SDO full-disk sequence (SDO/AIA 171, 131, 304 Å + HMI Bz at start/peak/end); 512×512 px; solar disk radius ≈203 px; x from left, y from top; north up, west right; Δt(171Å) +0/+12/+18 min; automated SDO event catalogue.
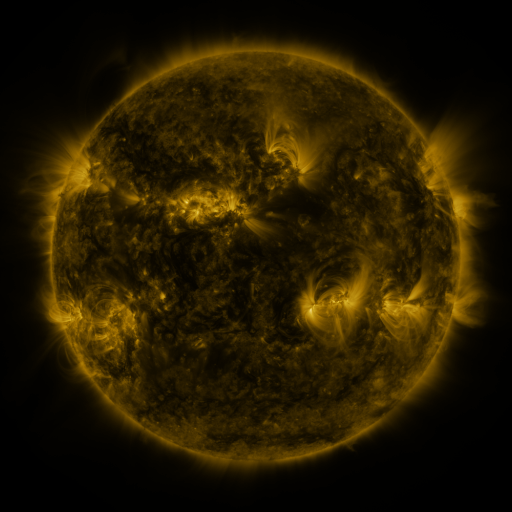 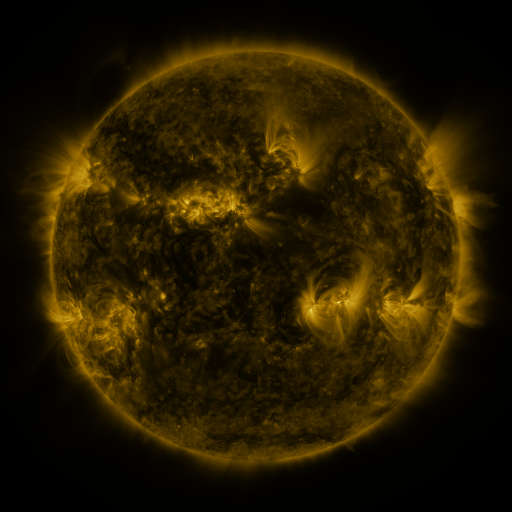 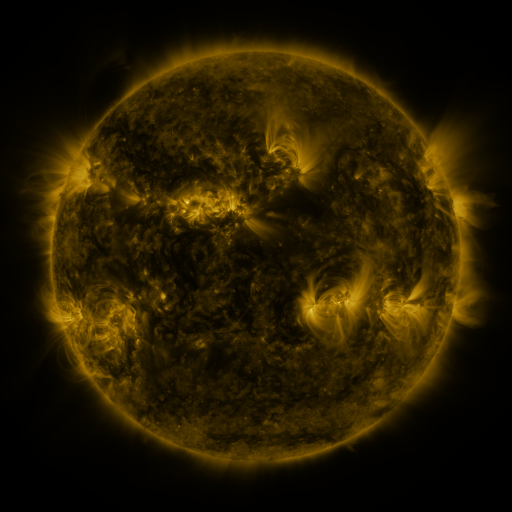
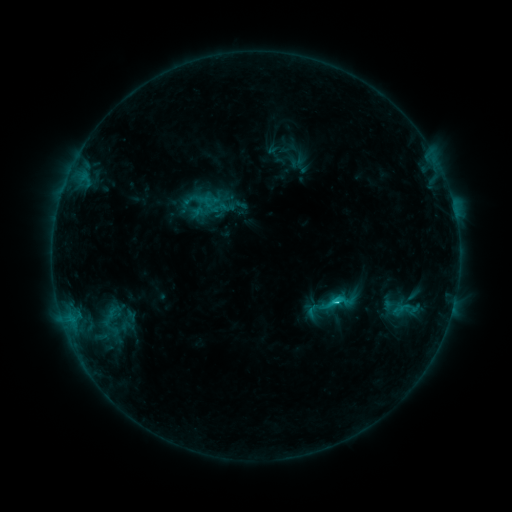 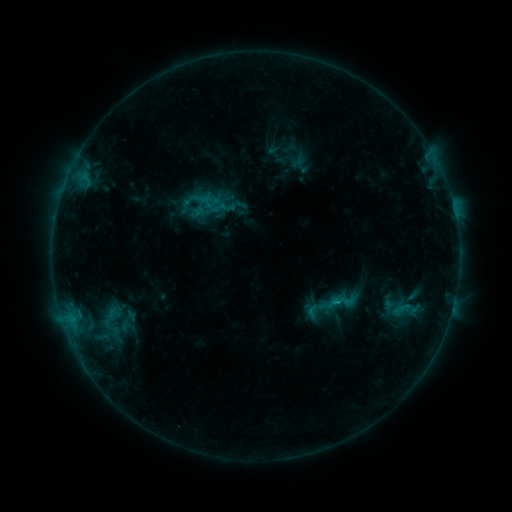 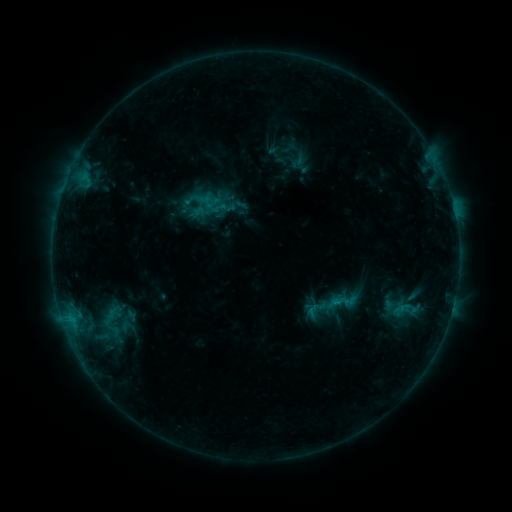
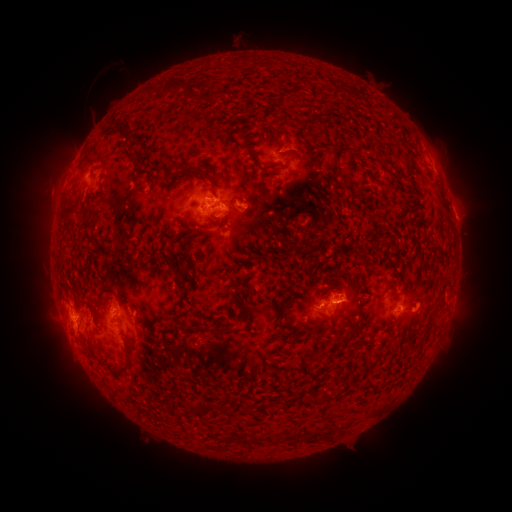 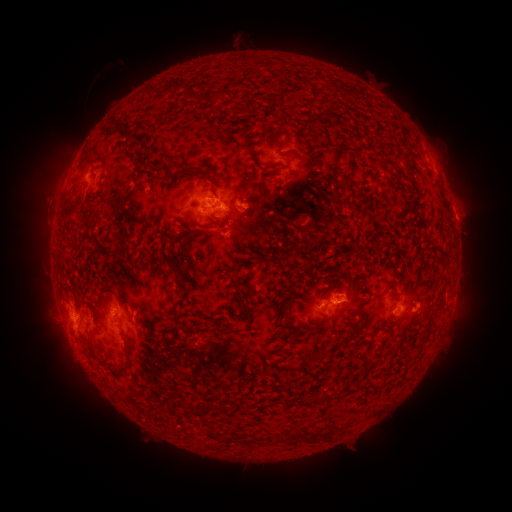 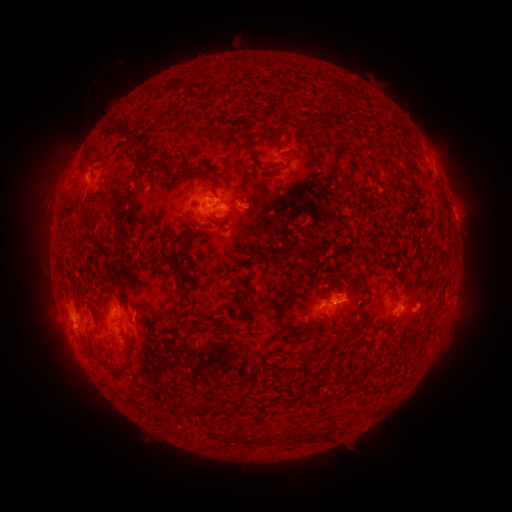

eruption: (25, 185, 66, 232)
